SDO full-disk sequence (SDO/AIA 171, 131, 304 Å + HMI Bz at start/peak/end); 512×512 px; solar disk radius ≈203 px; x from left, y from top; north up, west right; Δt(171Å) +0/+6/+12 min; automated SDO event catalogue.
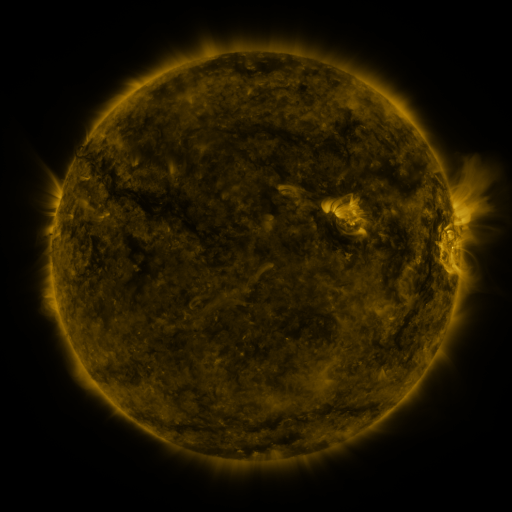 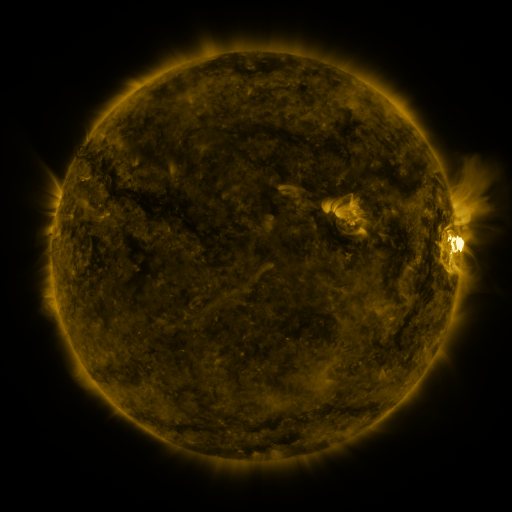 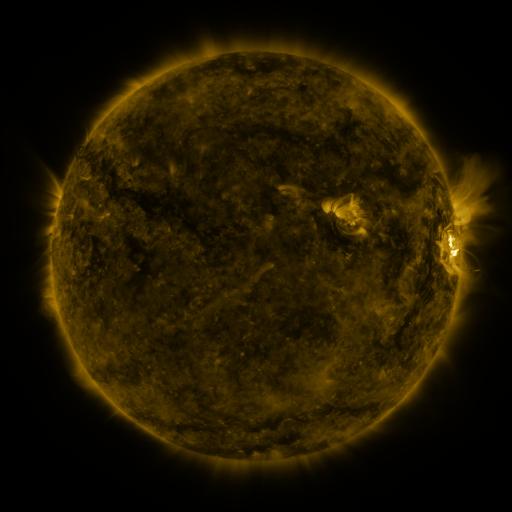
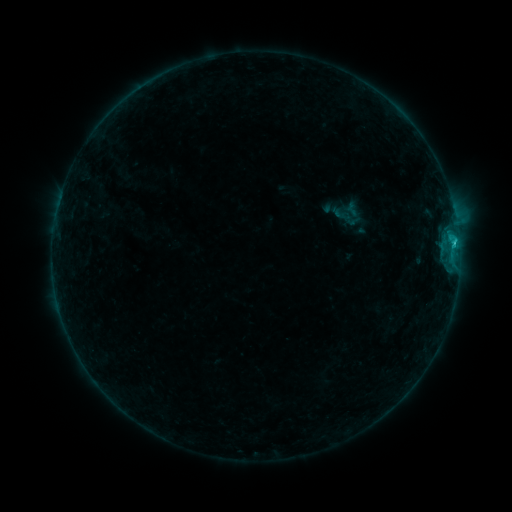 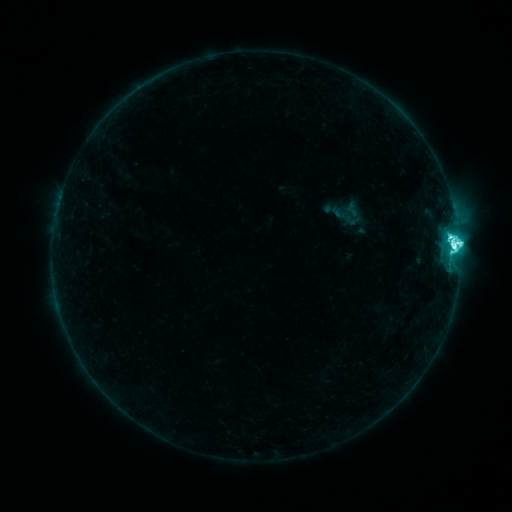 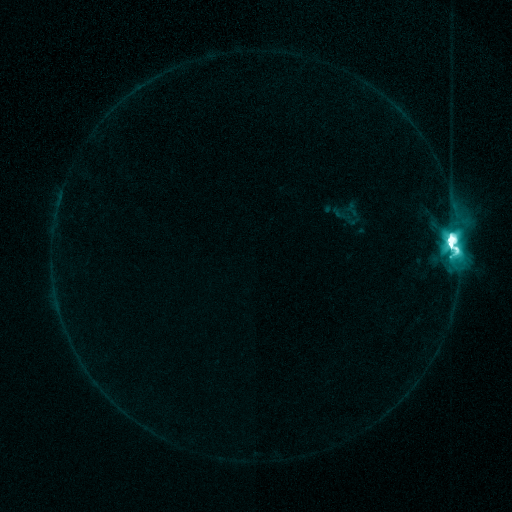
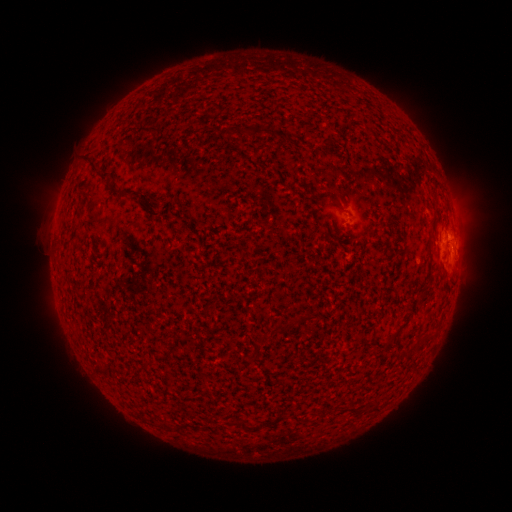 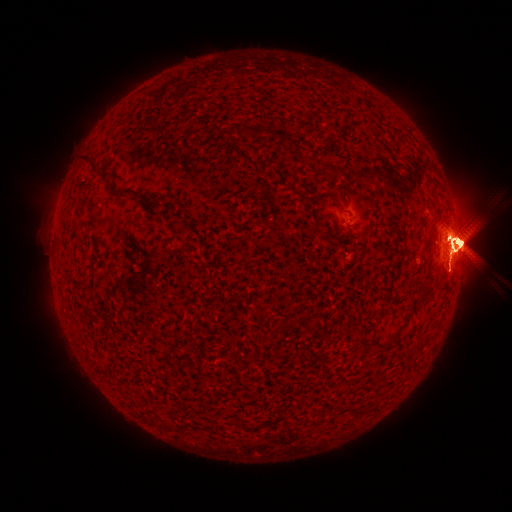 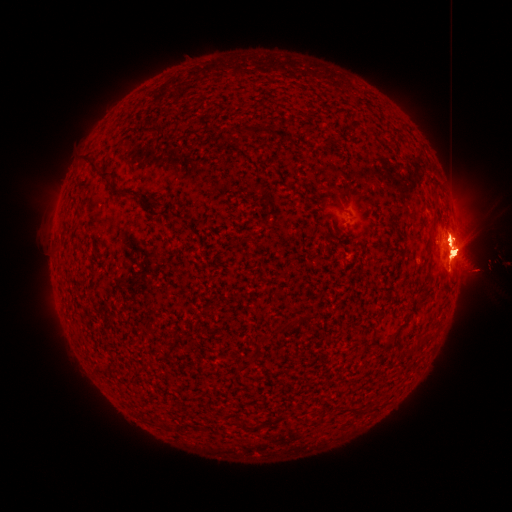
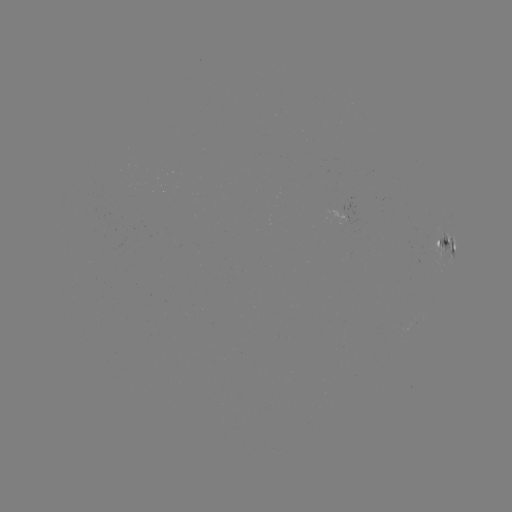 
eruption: <bbox>315, 220, 337, 260</bbox>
